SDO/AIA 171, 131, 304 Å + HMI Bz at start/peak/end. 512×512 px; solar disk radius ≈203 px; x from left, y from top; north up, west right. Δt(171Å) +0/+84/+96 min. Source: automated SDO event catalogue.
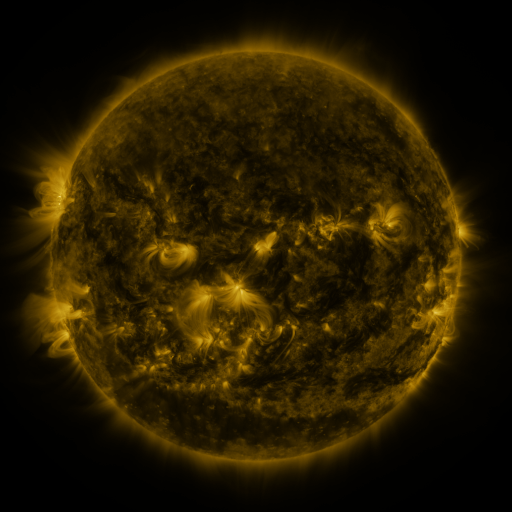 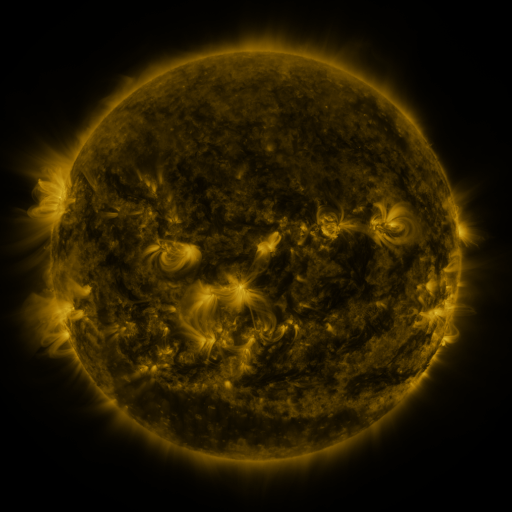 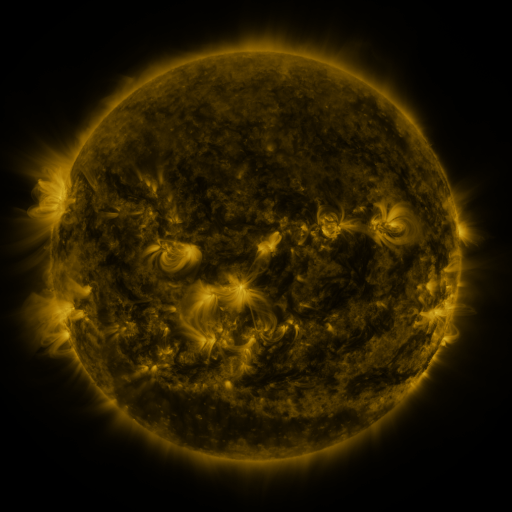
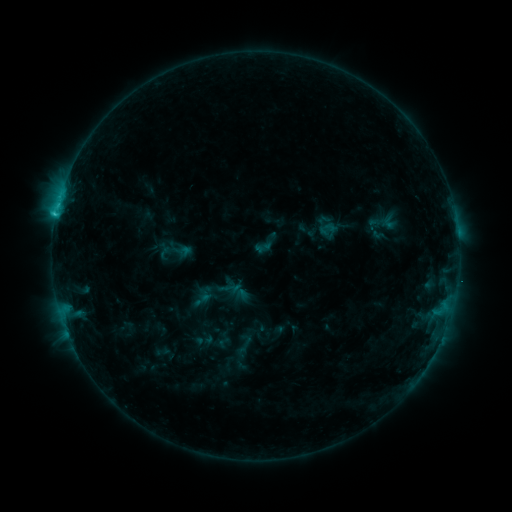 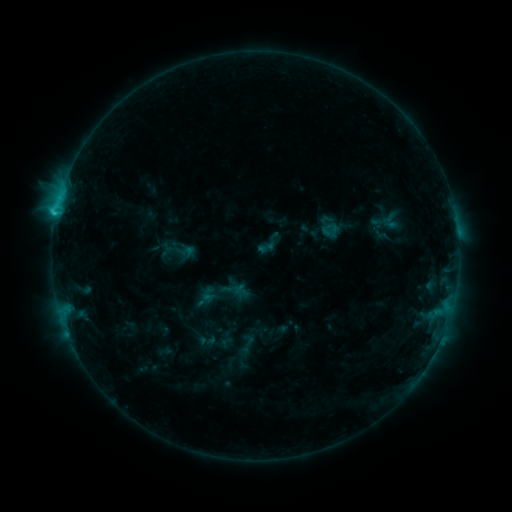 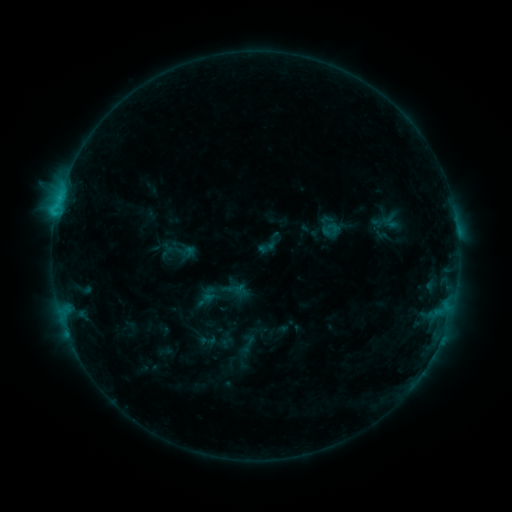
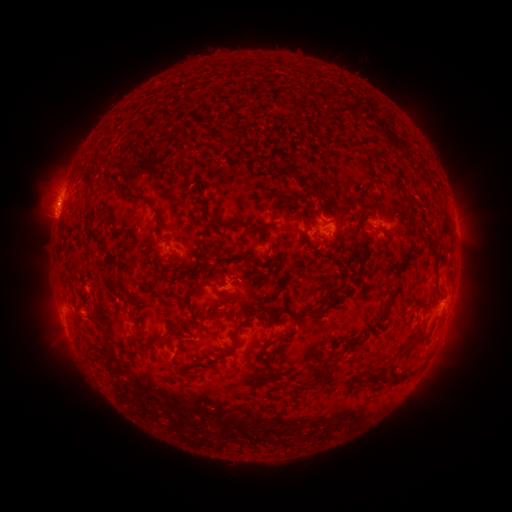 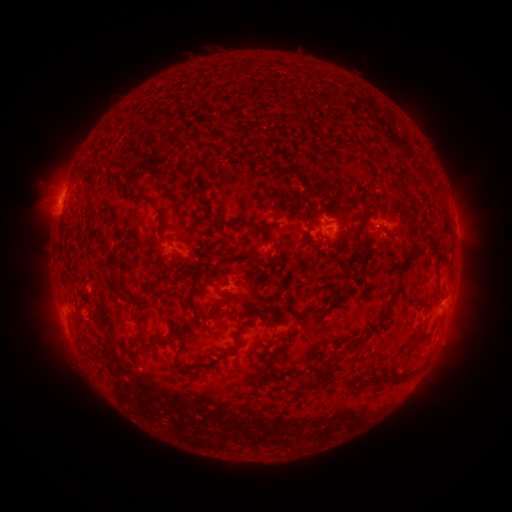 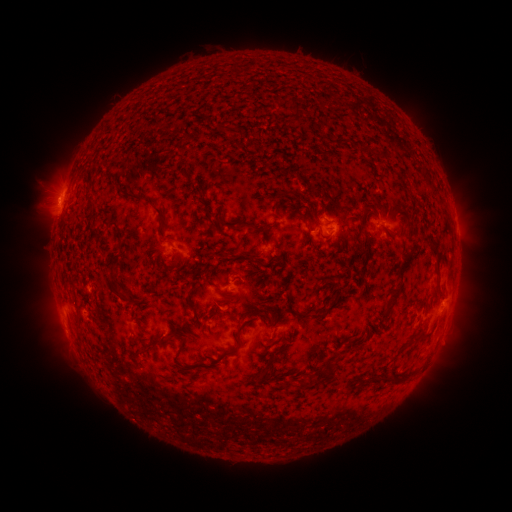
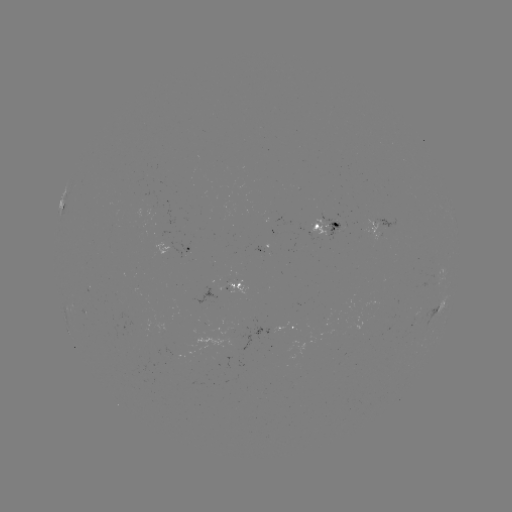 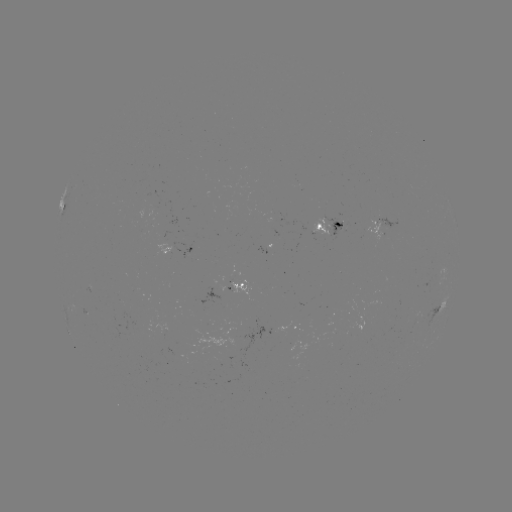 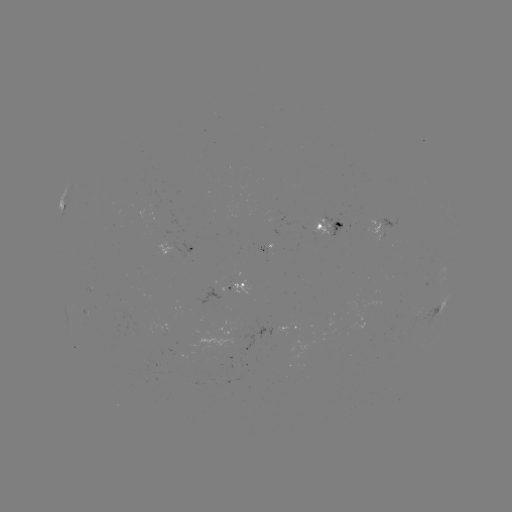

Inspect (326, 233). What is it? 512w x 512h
emerging-flux region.